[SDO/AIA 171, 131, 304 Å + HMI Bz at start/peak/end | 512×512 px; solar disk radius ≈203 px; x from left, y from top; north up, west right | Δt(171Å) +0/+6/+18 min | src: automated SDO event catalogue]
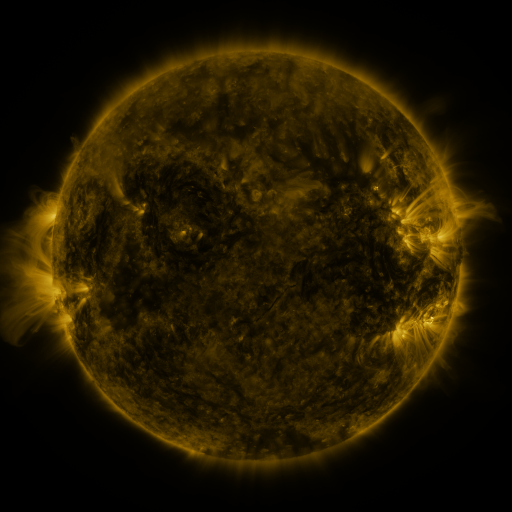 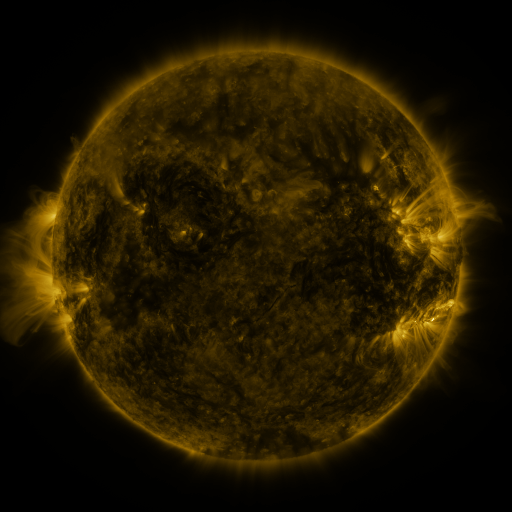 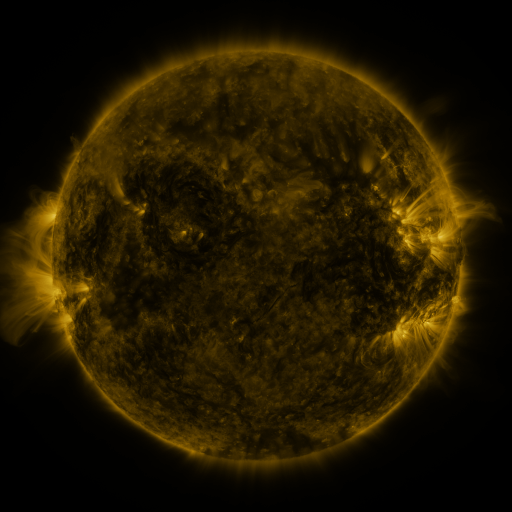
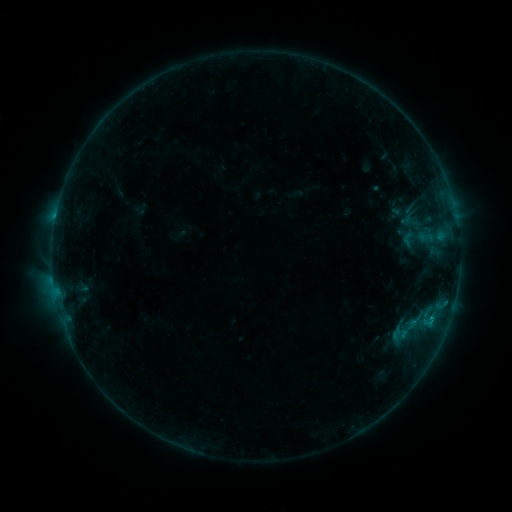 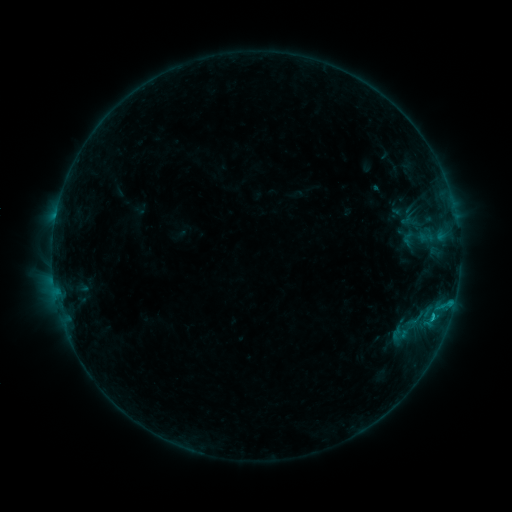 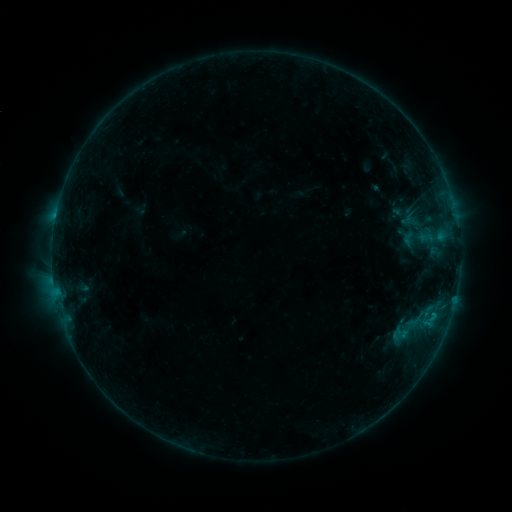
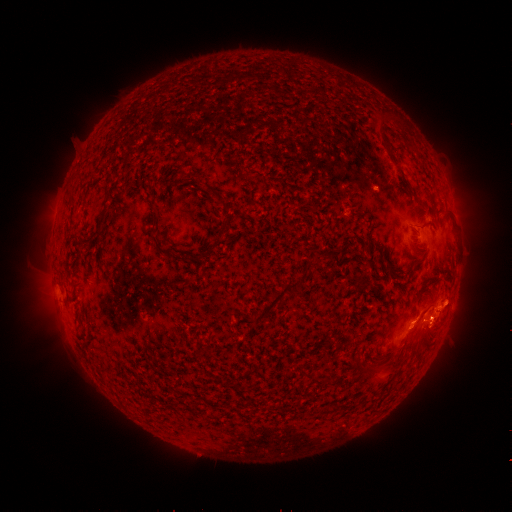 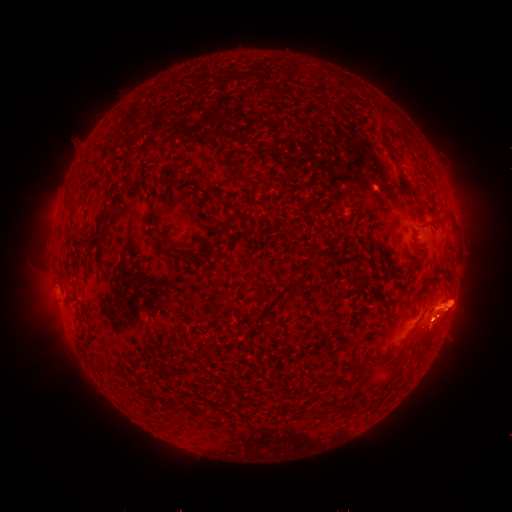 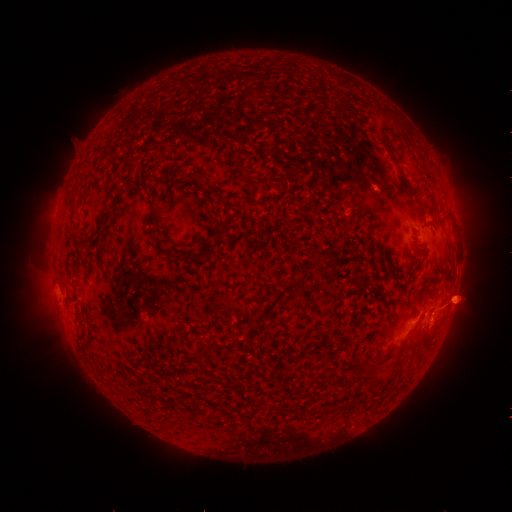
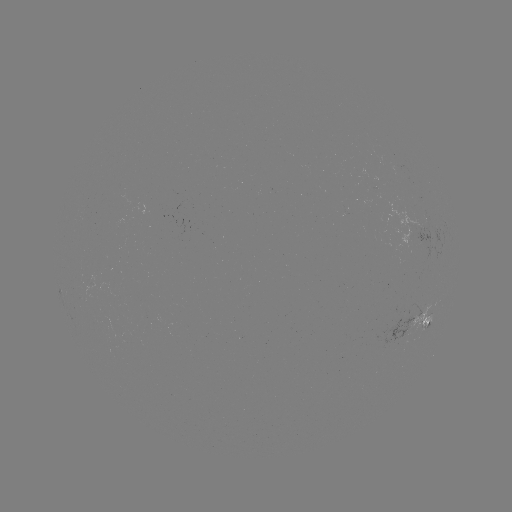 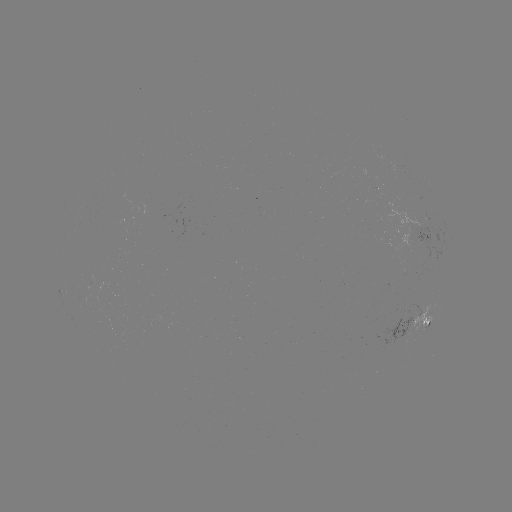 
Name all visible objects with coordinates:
B6.7 flare: (432, 314)
